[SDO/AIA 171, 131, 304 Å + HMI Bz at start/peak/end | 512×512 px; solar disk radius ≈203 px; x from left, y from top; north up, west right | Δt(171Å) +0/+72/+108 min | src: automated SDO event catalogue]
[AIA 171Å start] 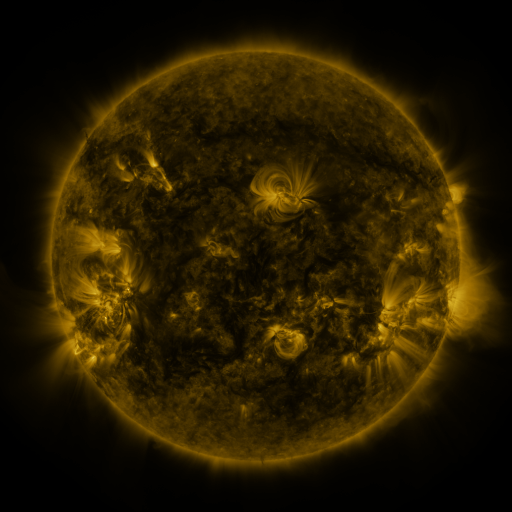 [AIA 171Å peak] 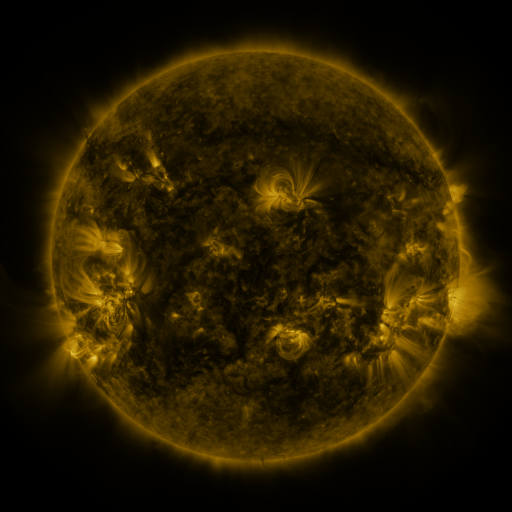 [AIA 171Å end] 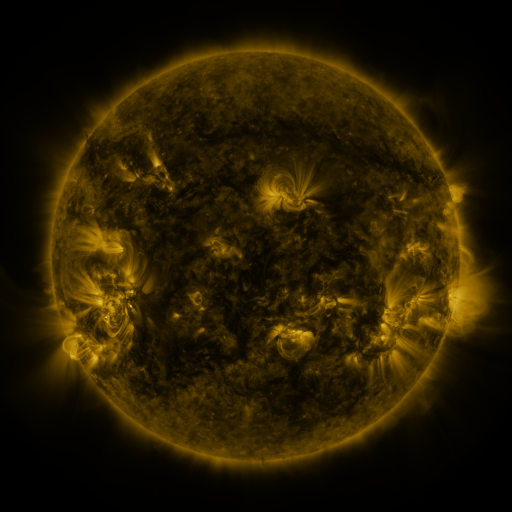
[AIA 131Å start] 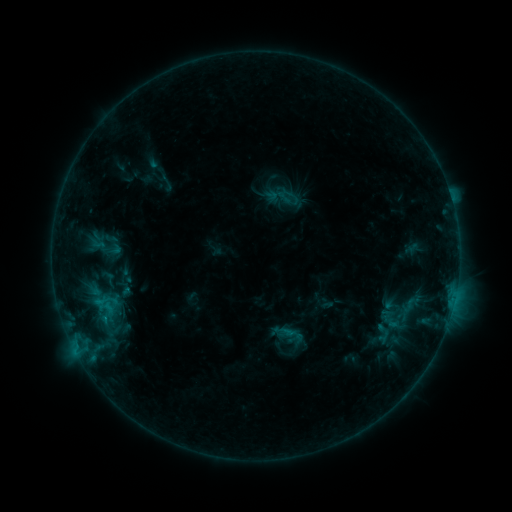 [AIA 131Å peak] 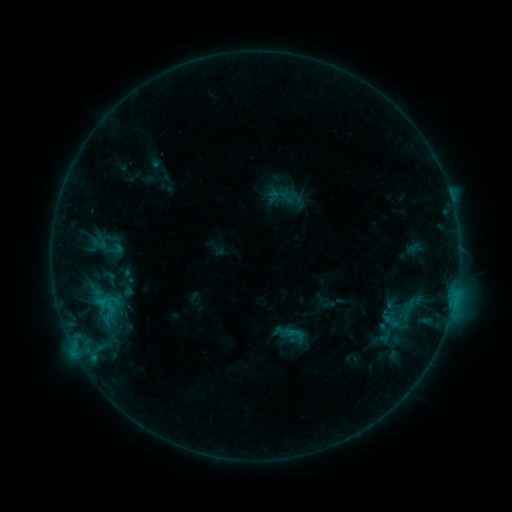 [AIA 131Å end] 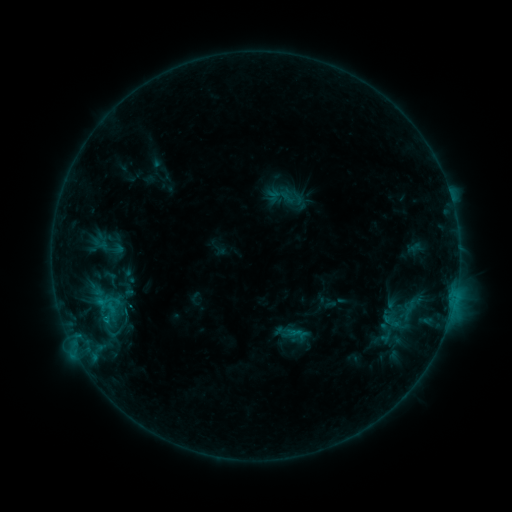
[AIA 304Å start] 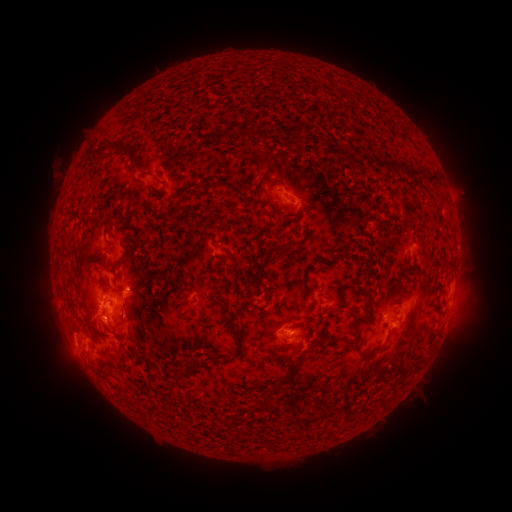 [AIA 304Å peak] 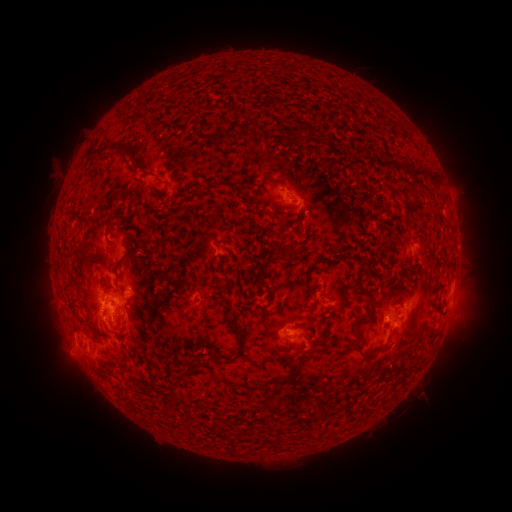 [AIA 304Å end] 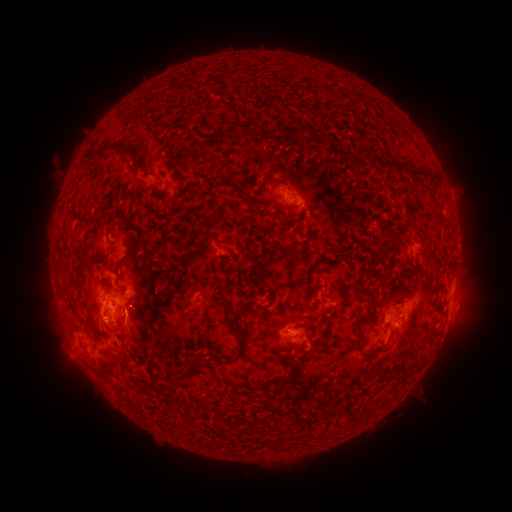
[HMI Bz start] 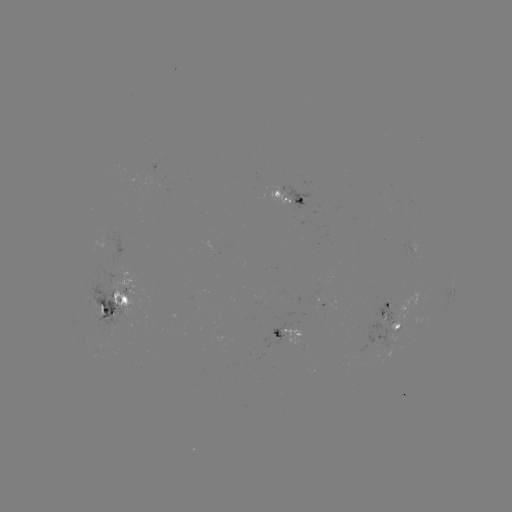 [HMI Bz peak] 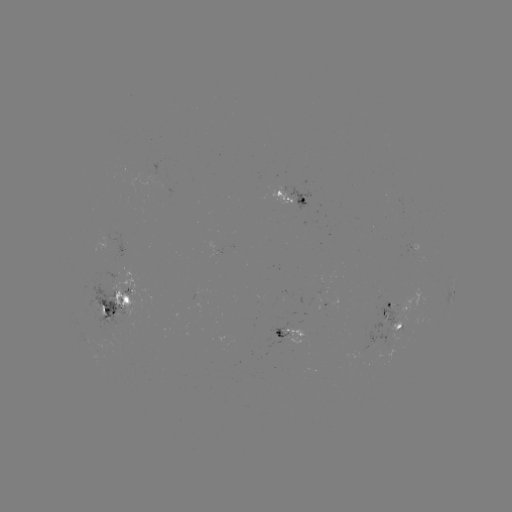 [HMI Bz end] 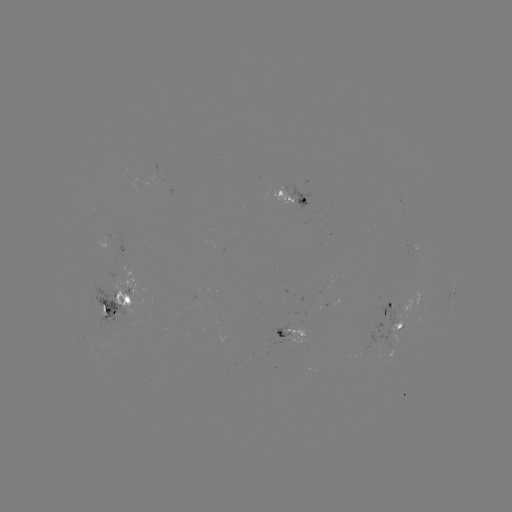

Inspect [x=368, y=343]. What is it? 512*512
emerging-flux region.